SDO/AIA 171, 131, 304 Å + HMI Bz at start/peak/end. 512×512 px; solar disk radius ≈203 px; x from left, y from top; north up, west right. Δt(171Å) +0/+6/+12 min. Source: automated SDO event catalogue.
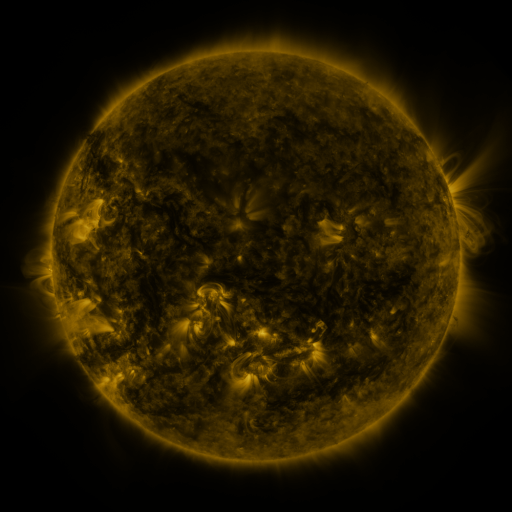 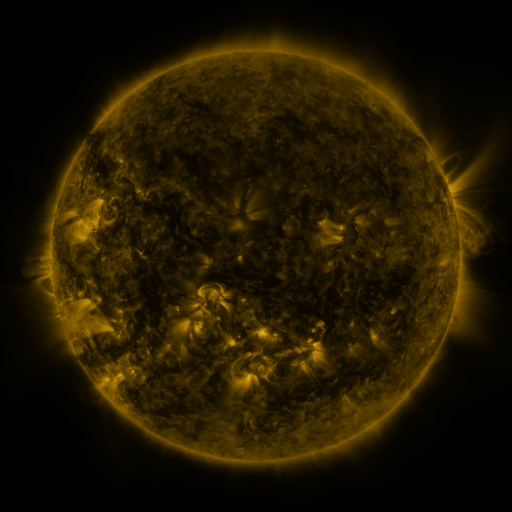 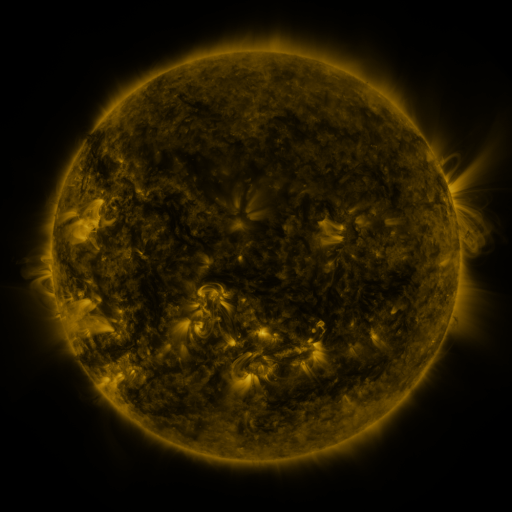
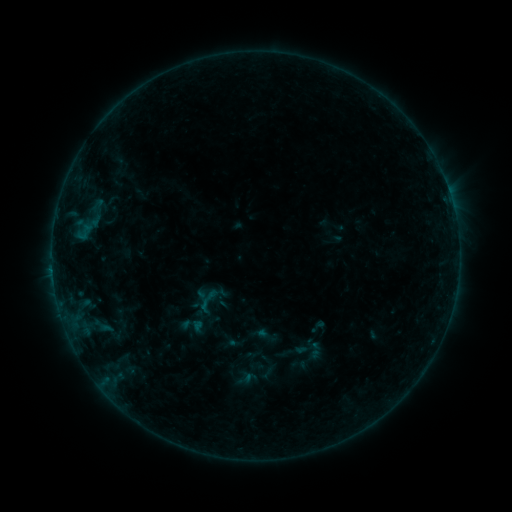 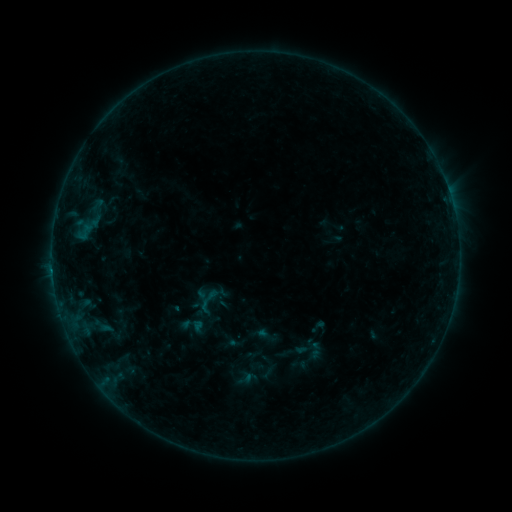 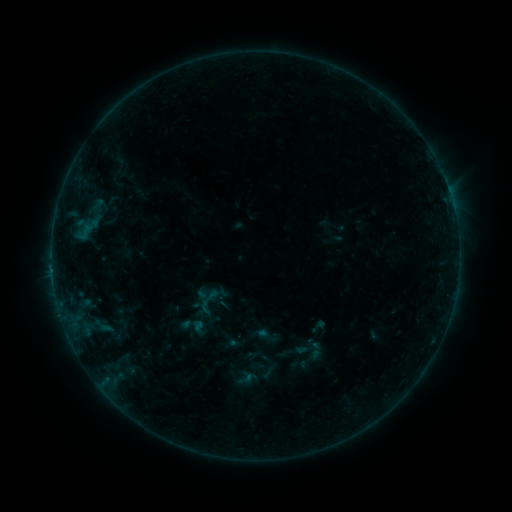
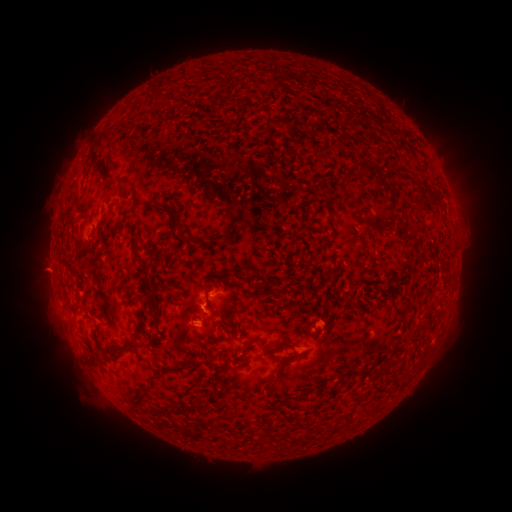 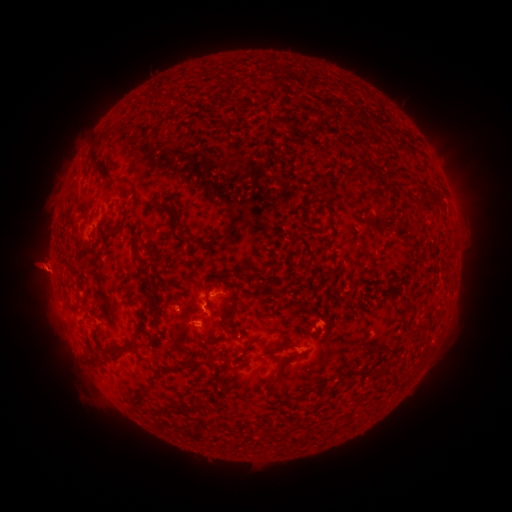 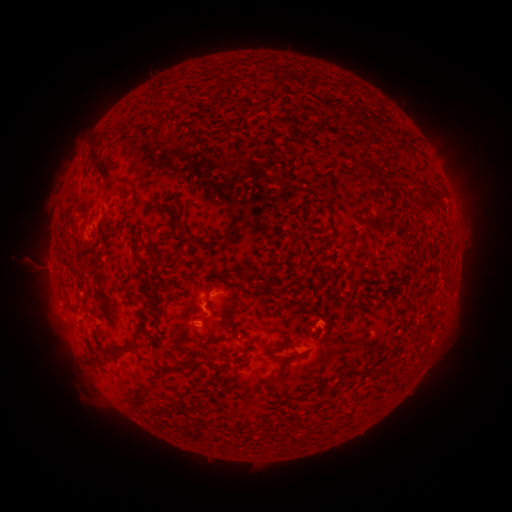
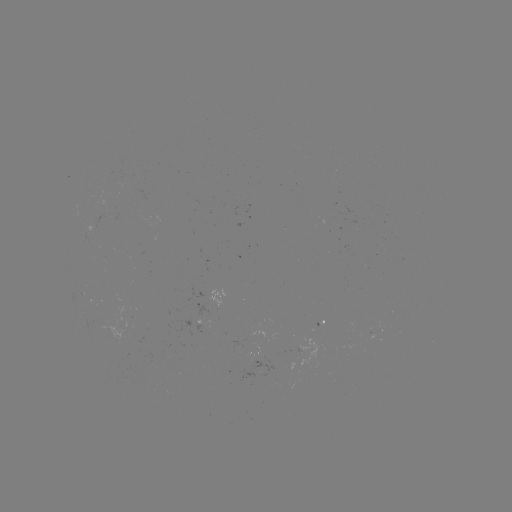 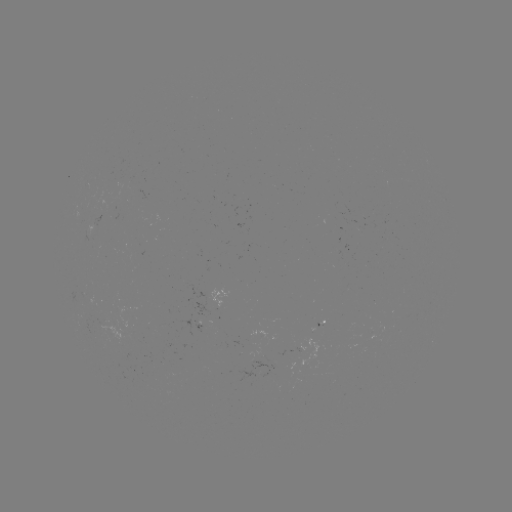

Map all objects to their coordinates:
eruption: (39, 268)
